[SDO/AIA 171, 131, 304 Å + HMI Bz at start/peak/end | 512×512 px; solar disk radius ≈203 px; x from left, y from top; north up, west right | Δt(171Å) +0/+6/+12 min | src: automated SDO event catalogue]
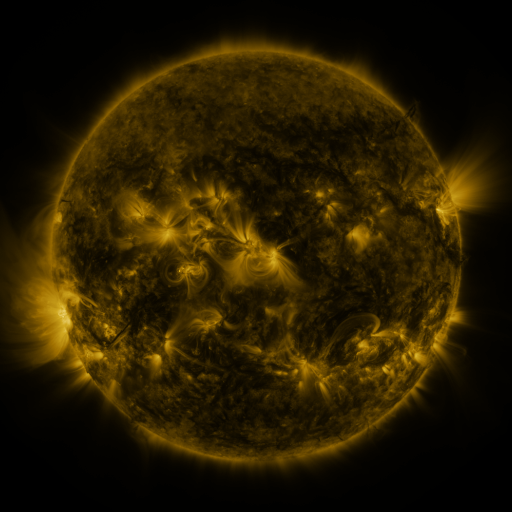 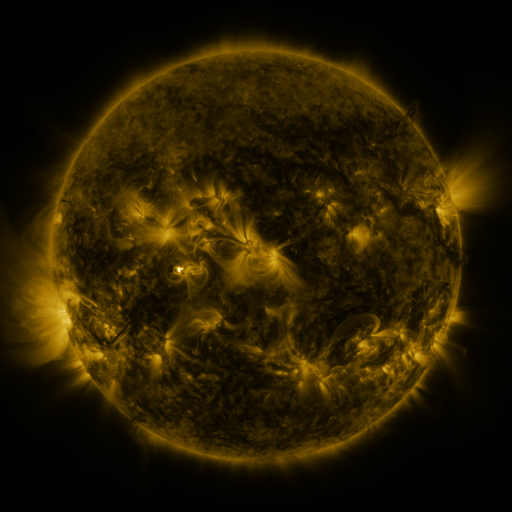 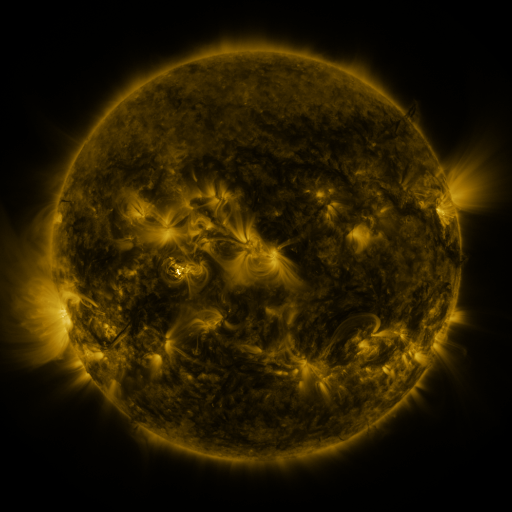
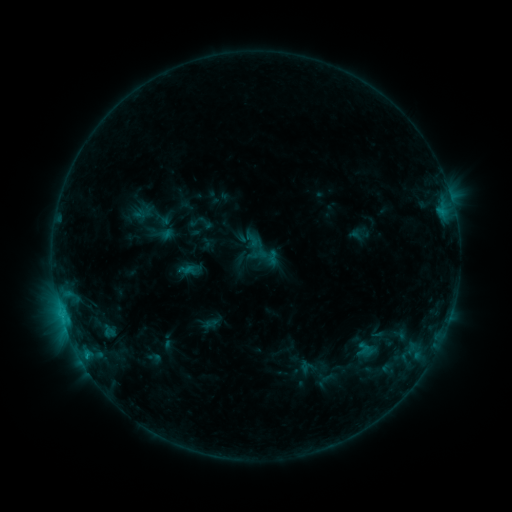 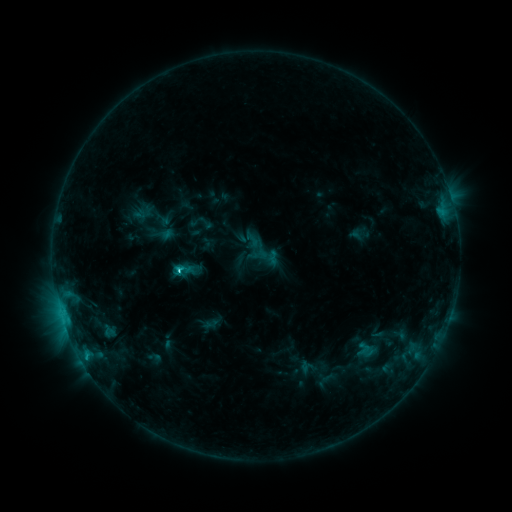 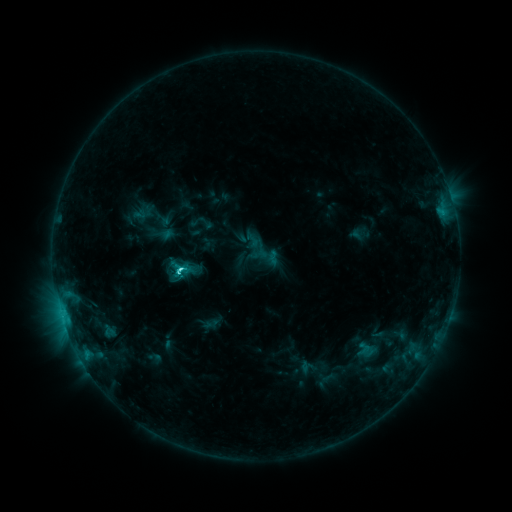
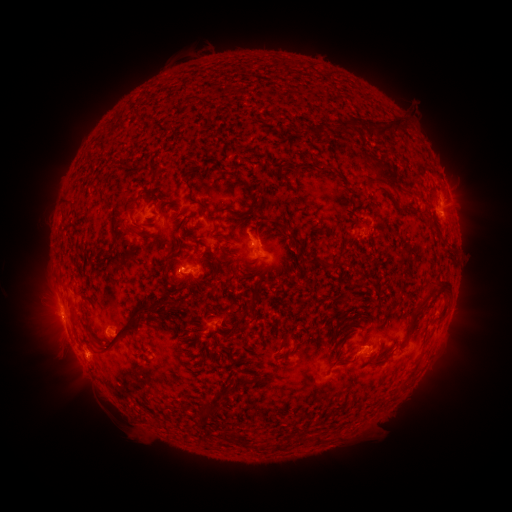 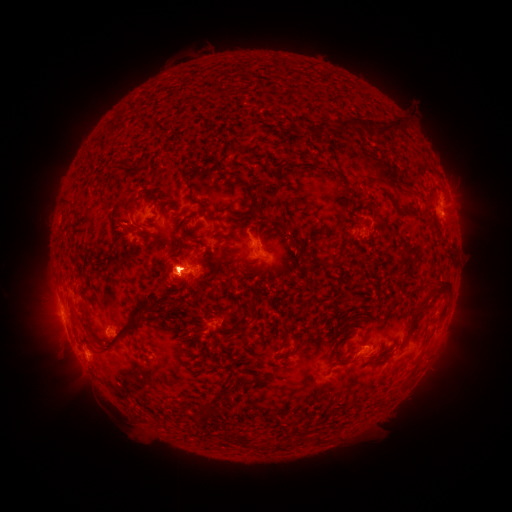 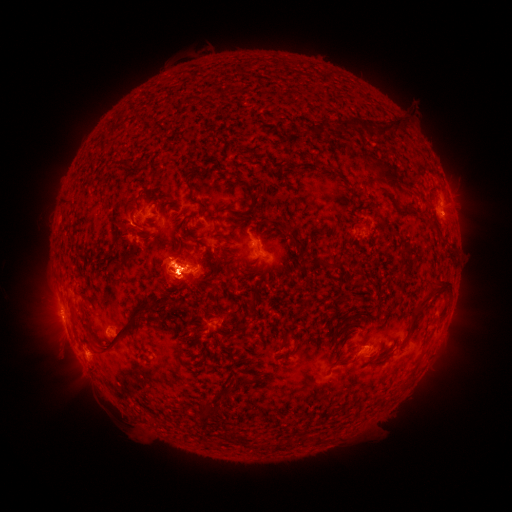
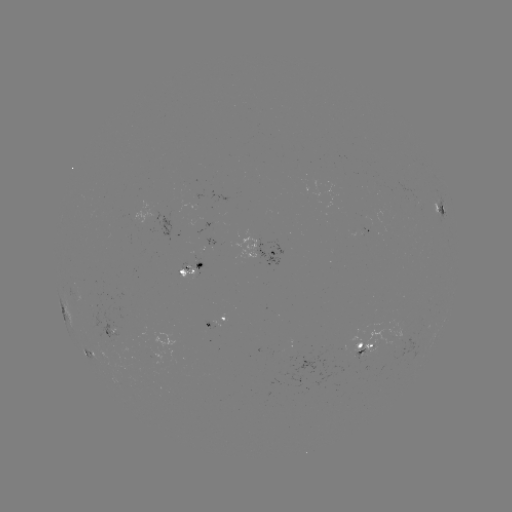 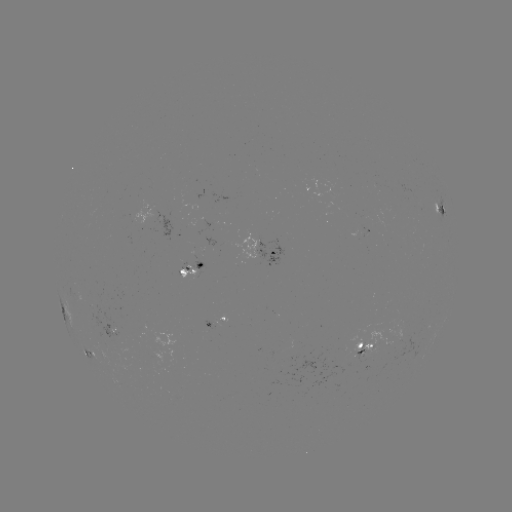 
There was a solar flare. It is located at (182, 272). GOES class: C2.9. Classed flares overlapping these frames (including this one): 1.